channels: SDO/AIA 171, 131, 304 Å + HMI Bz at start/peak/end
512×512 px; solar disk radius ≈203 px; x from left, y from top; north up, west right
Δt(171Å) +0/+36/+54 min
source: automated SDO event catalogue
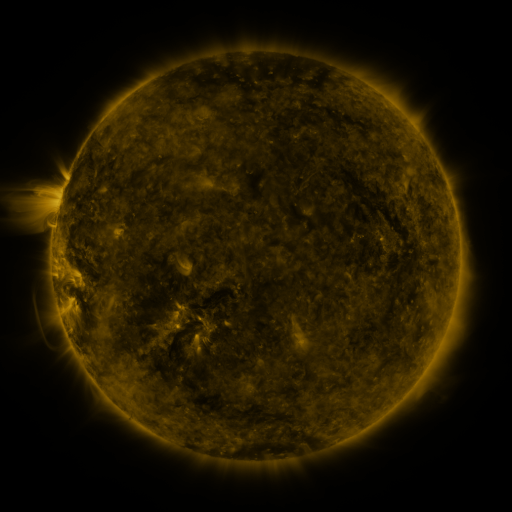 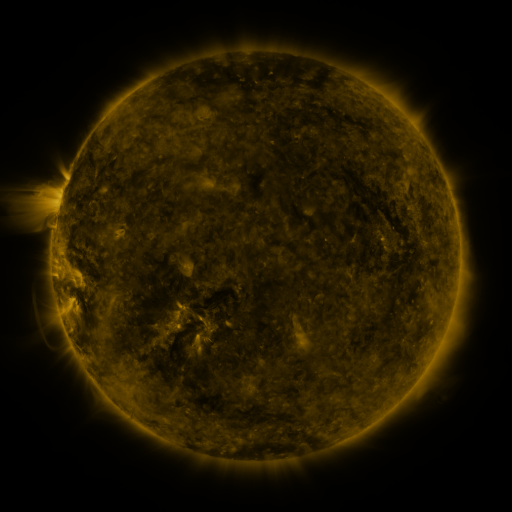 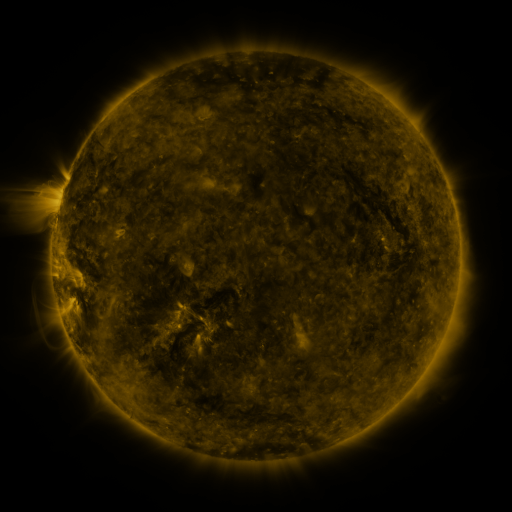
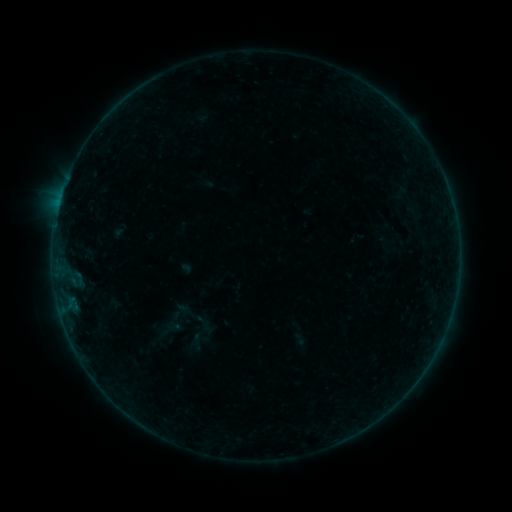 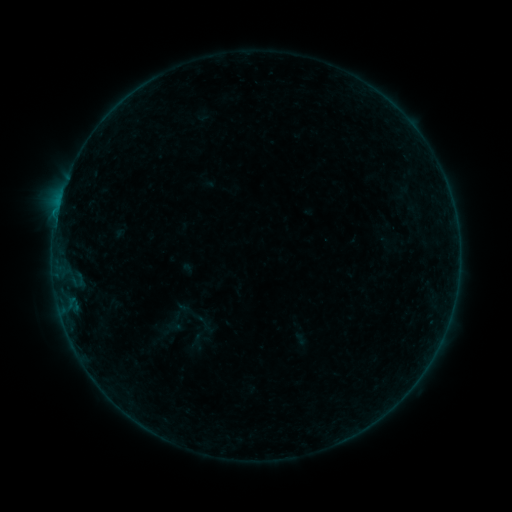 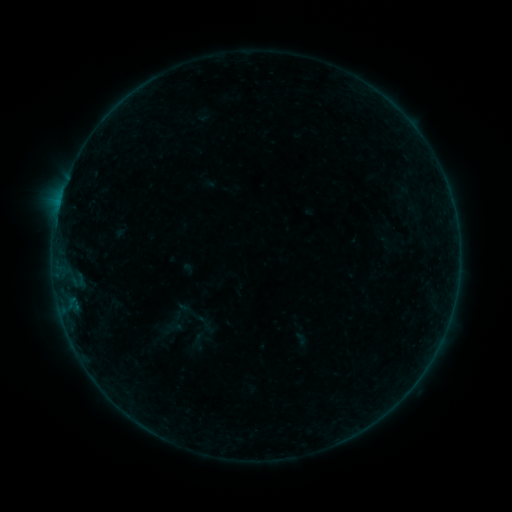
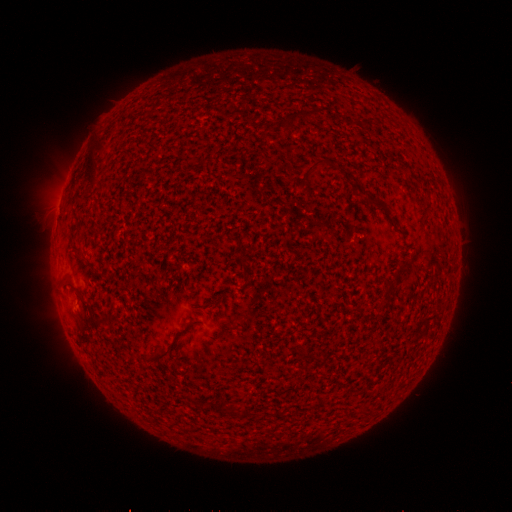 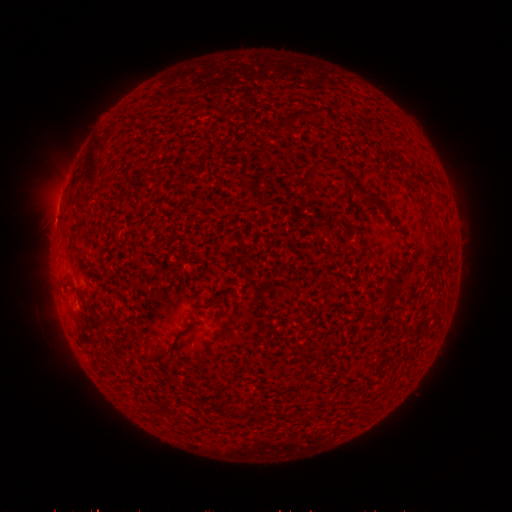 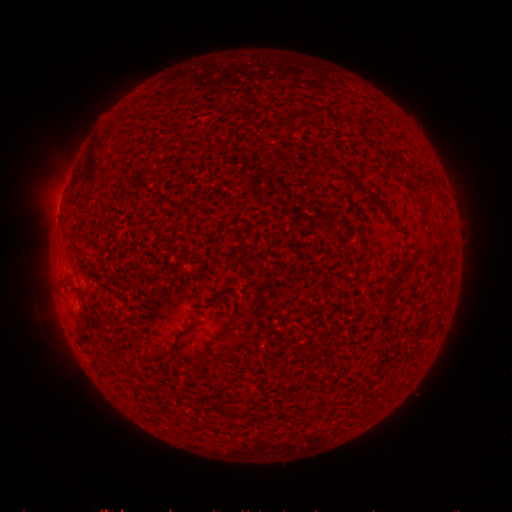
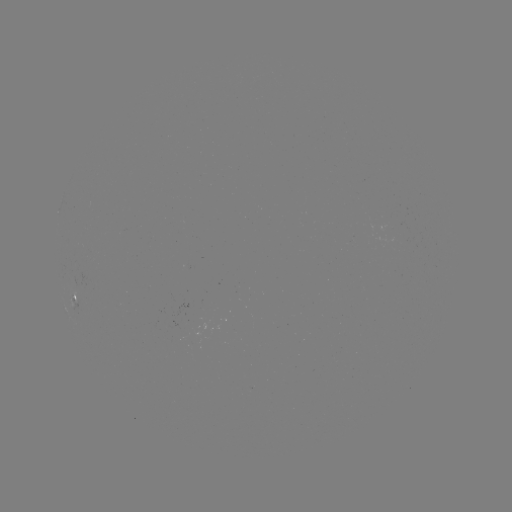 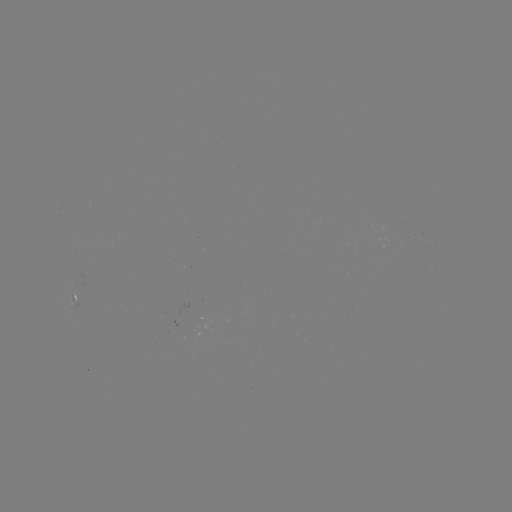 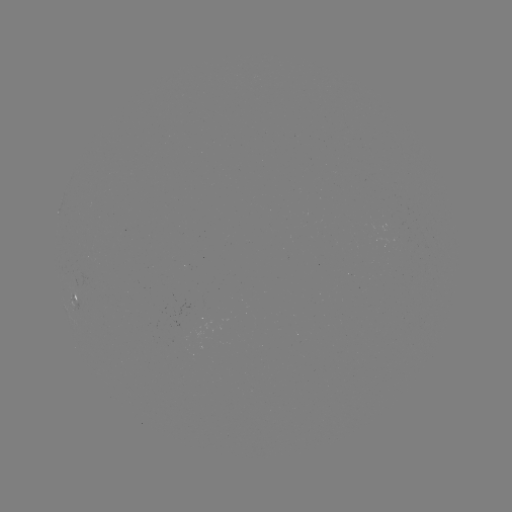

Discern B2.2 flare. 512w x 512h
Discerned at (60, 200).